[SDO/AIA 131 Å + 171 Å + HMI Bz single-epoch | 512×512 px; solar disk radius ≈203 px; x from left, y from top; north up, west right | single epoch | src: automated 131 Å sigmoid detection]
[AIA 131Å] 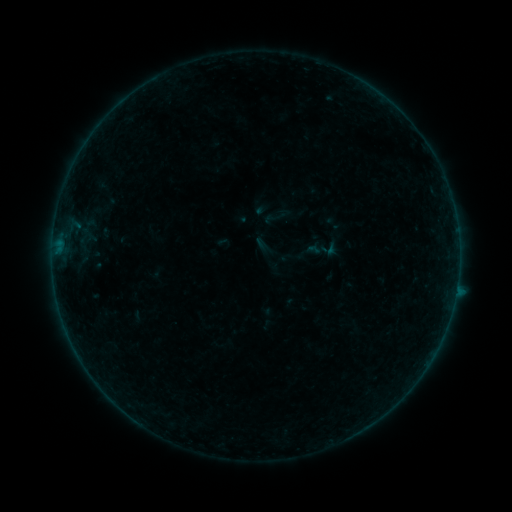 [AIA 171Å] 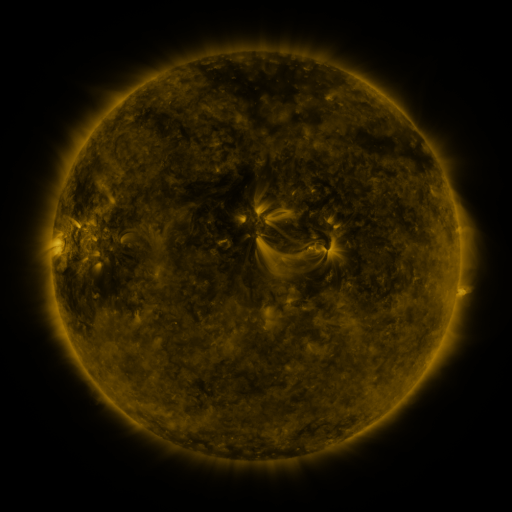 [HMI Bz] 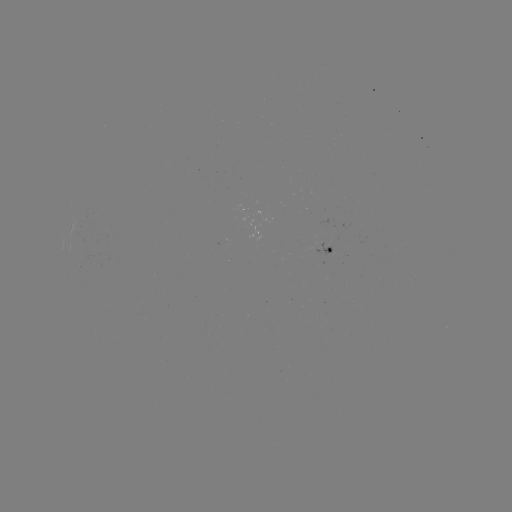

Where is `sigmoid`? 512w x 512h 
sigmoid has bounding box [263, 207, 286, 229].